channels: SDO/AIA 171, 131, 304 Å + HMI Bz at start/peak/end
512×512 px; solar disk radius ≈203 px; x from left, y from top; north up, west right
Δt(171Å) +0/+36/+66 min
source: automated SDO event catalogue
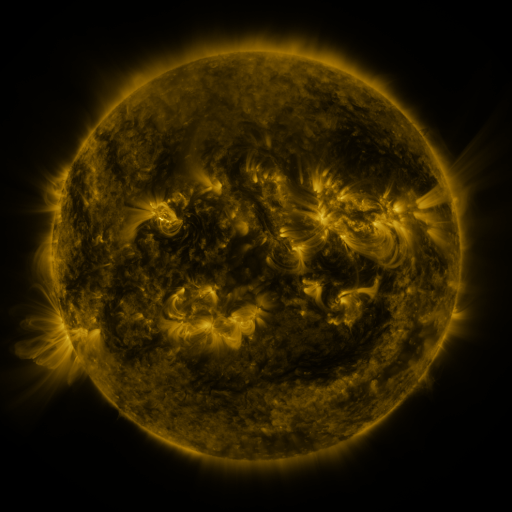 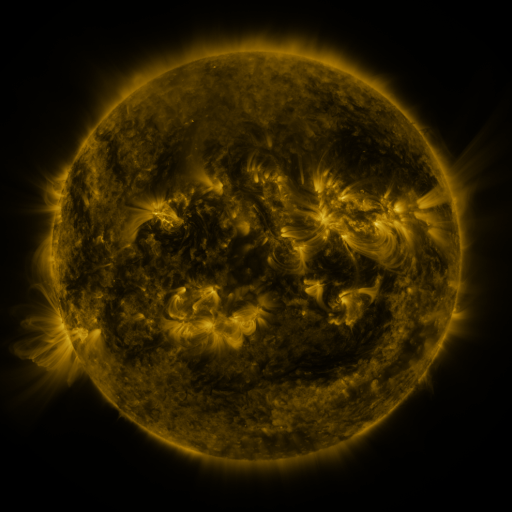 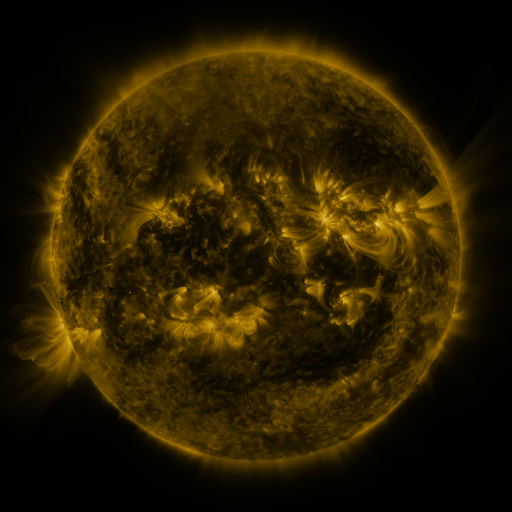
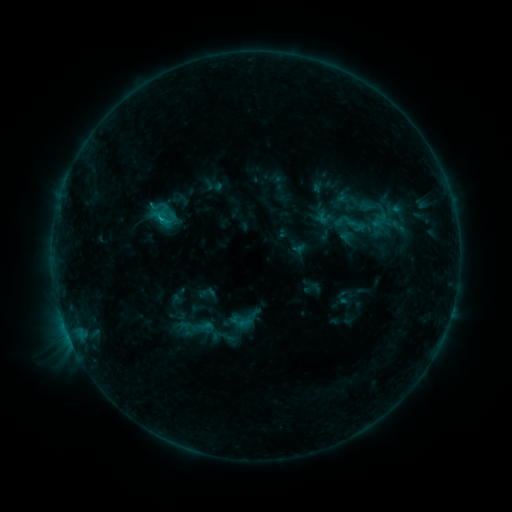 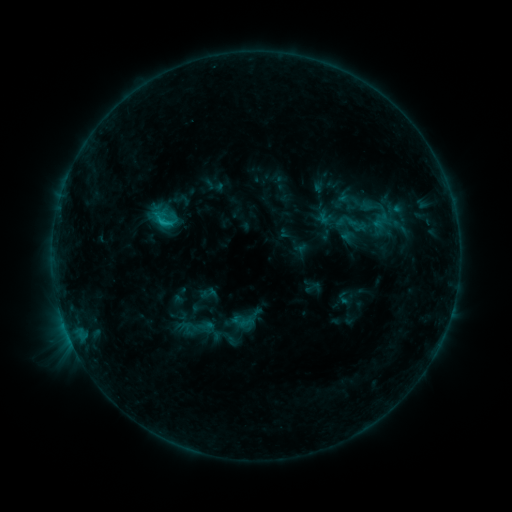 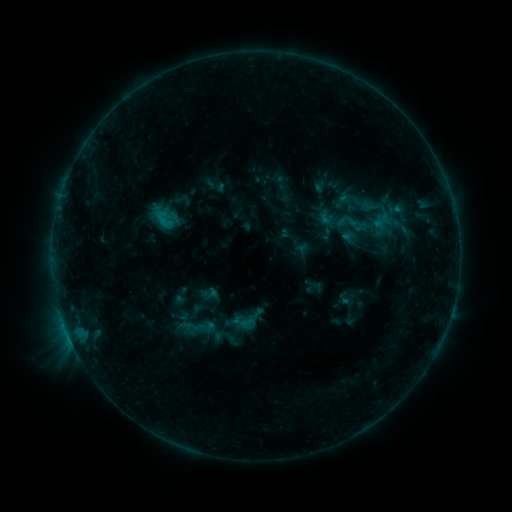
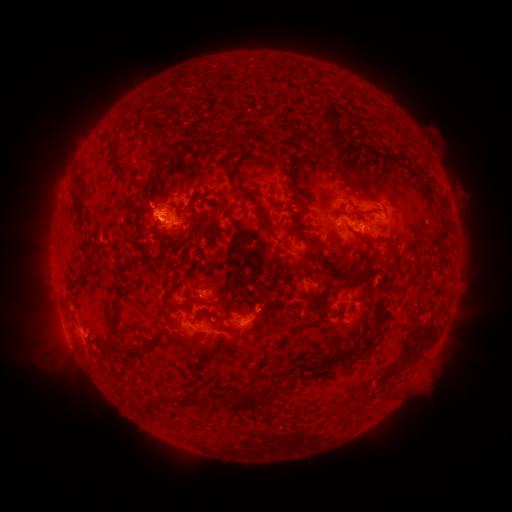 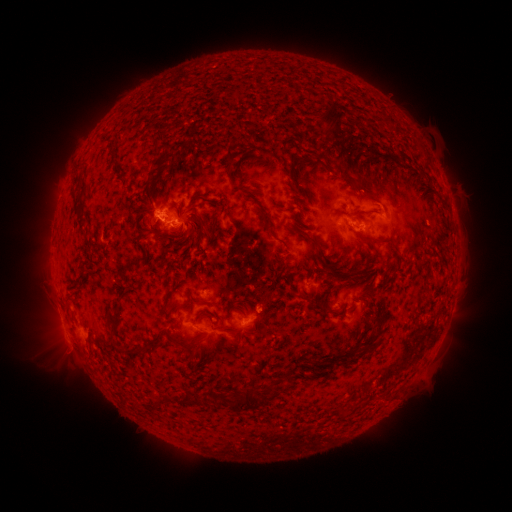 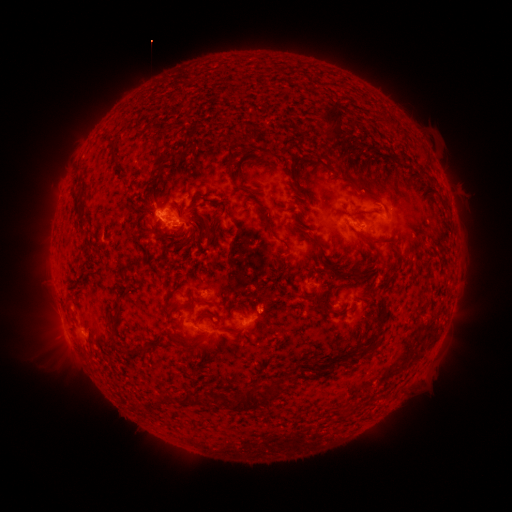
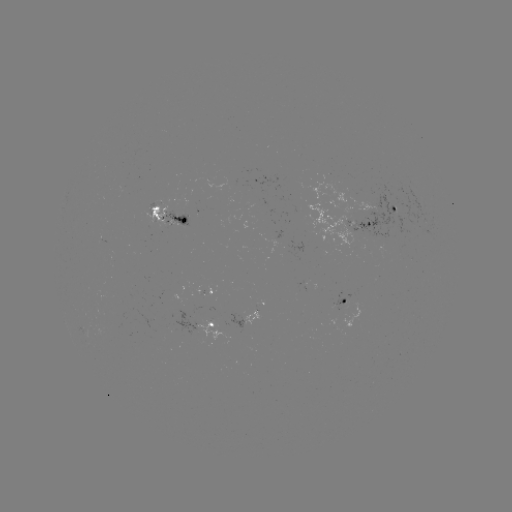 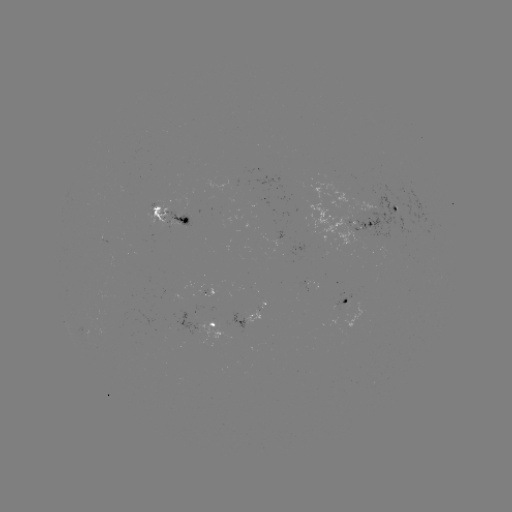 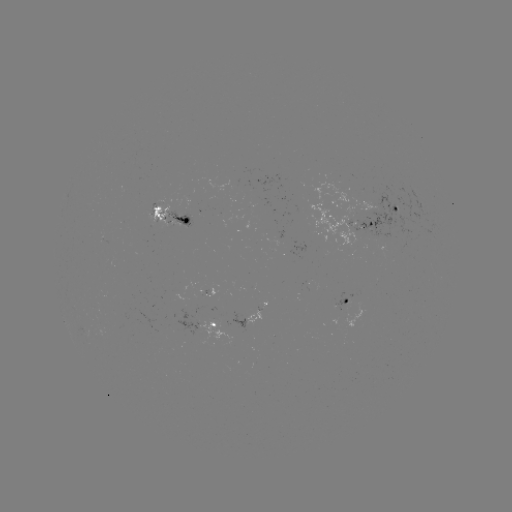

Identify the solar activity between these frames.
C1.1 flare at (162, 224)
